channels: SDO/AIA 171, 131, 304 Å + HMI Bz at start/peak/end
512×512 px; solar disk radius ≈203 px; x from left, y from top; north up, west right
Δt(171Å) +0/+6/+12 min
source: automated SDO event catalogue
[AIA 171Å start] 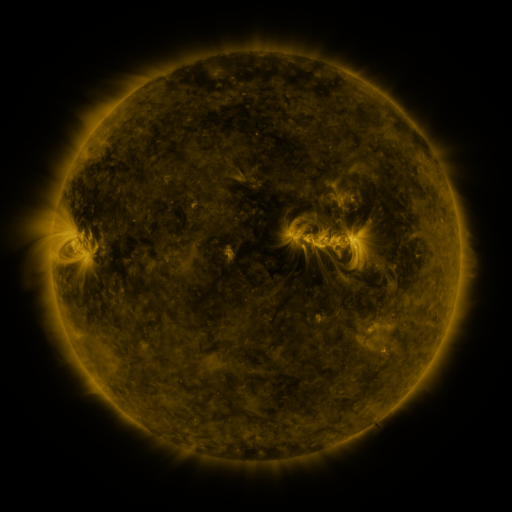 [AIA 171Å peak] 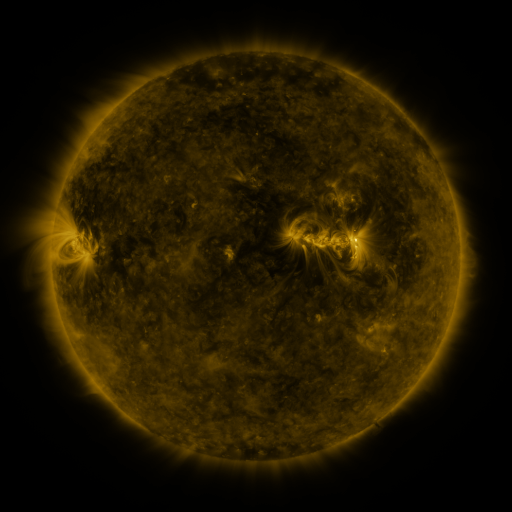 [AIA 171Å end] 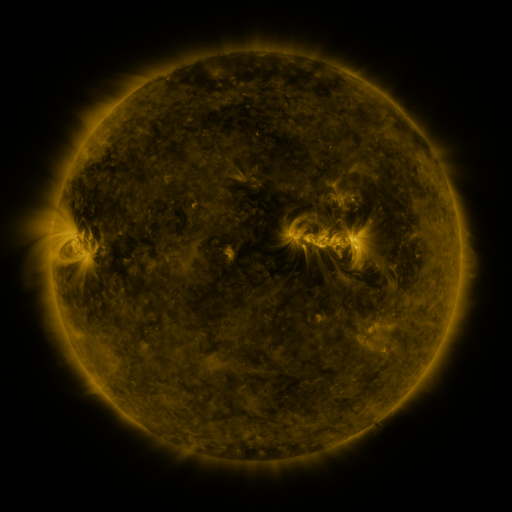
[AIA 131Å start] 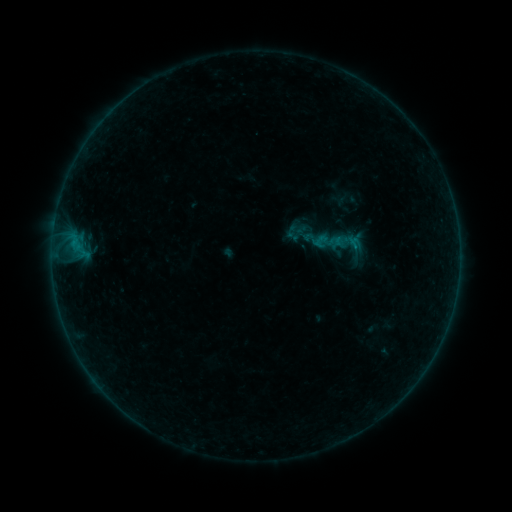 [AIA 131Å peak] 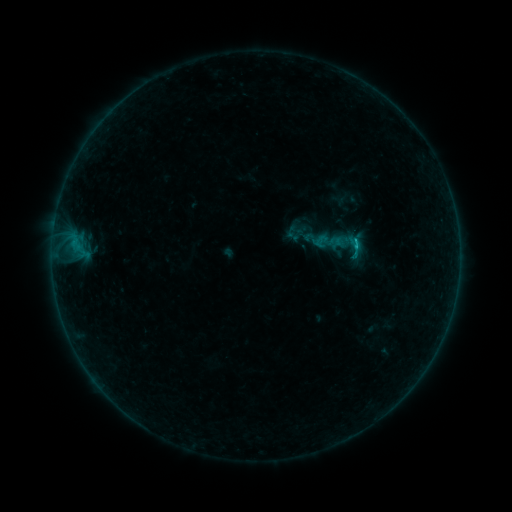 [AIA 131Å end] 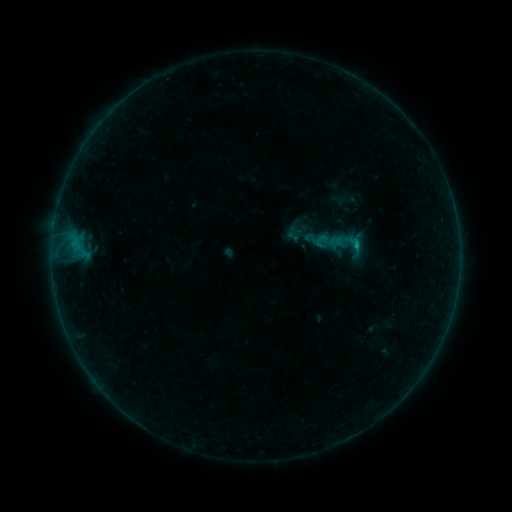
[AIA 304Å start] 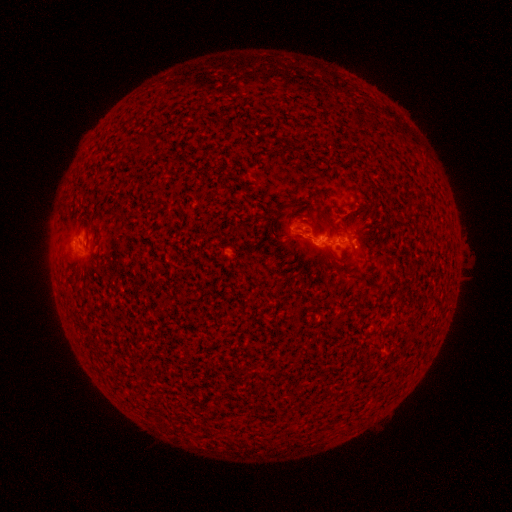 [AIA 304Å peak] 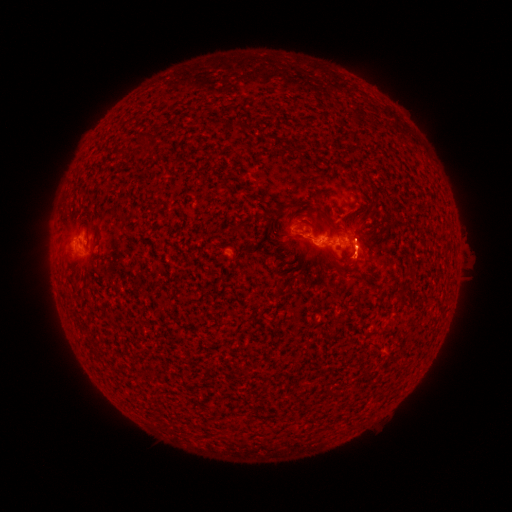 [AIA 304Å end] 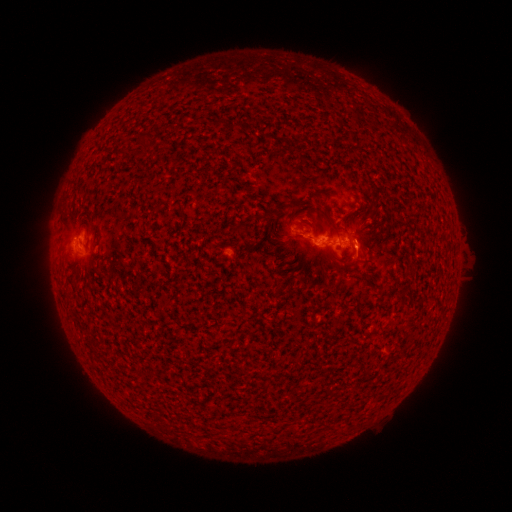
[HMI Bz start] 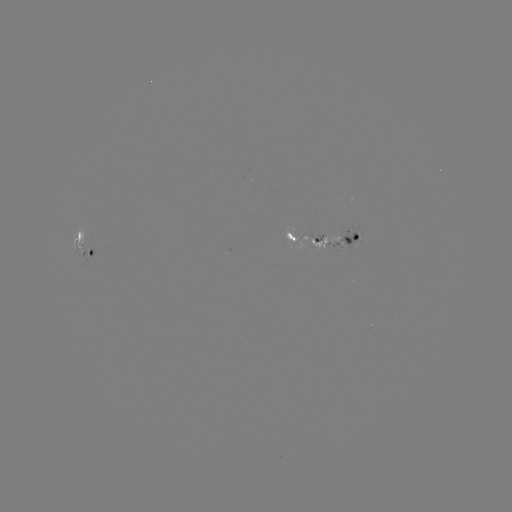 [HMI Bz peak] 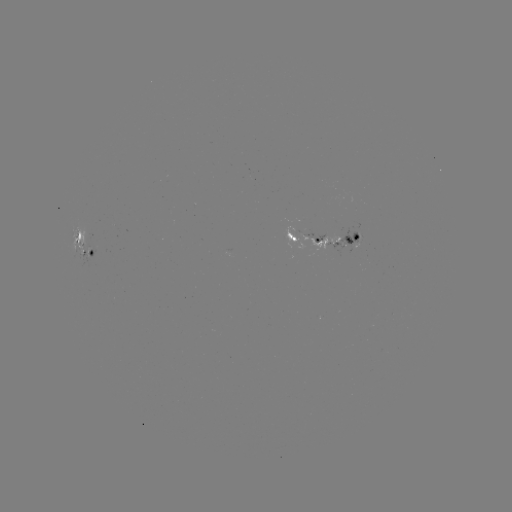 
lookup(B6.2 flare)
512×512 356,245